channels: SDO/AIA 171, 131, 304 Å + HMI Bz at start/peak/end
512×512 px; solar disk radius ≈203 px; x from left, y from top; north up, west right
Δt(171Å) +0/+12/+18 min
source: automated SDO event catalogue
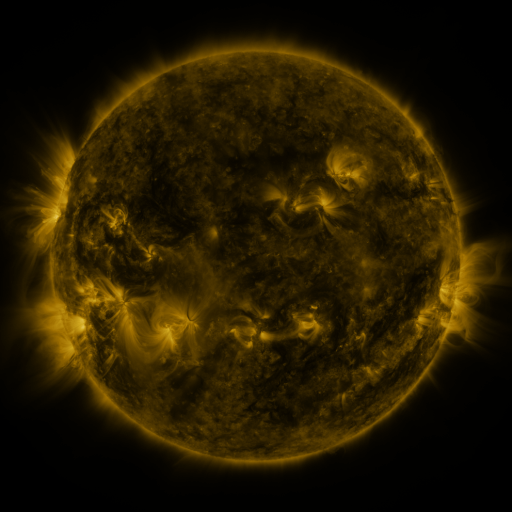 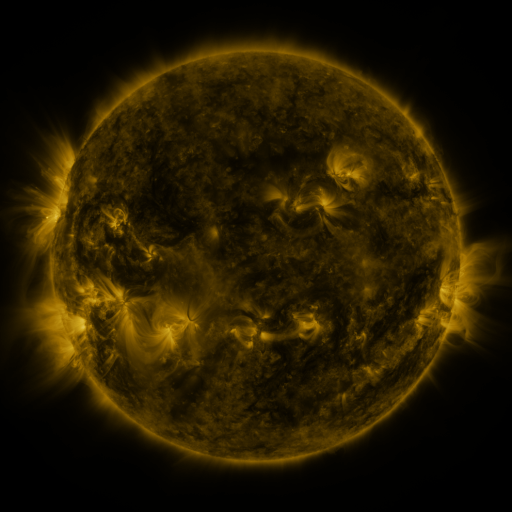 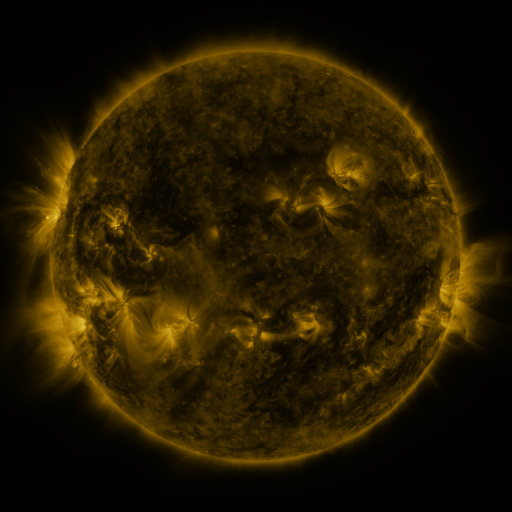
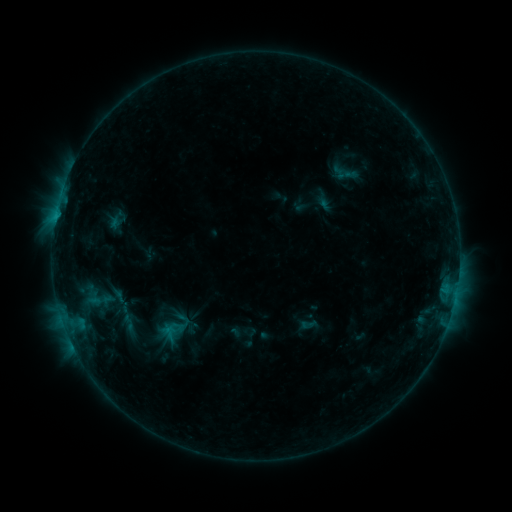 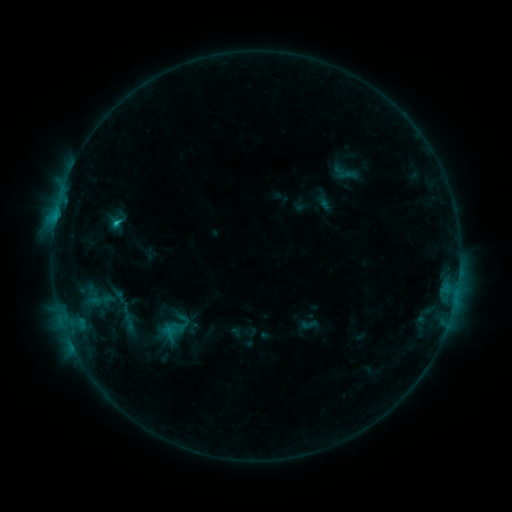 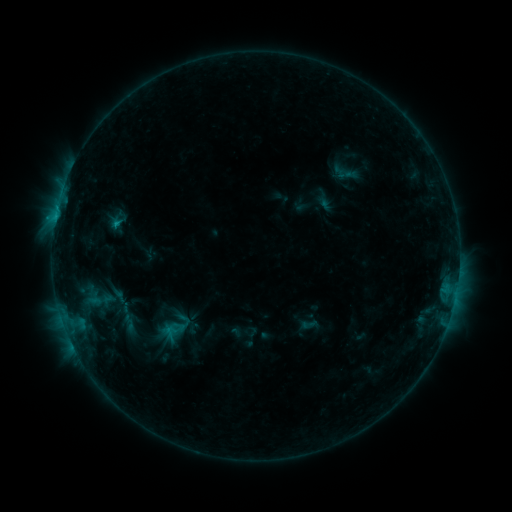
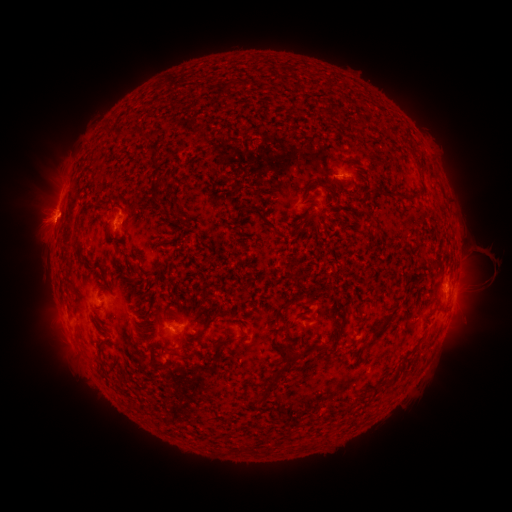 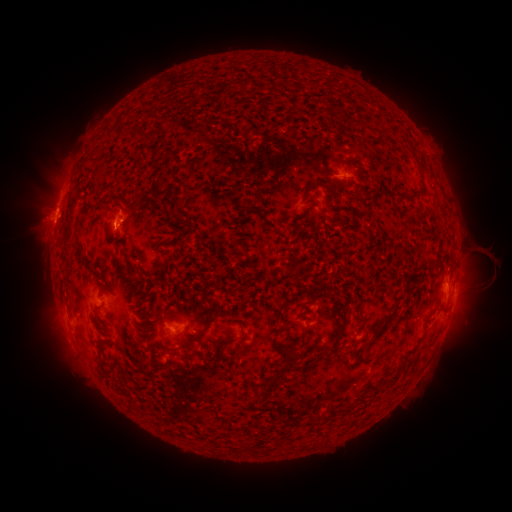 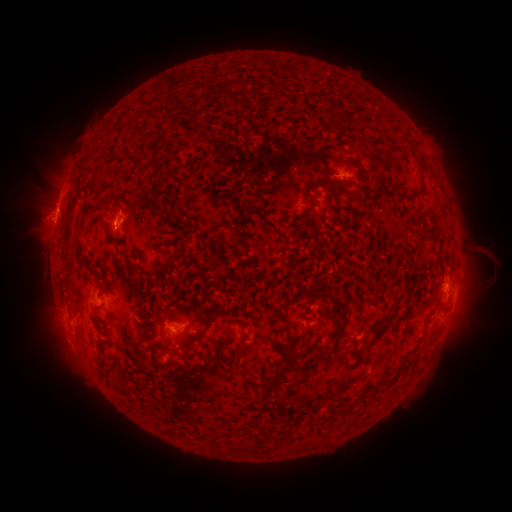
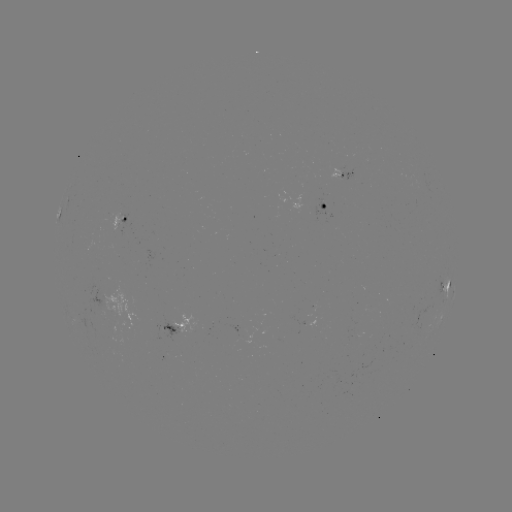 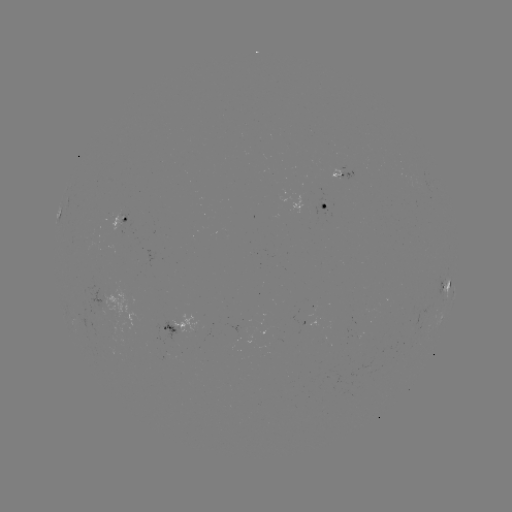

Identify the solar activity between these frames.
B8.7 flare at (118, 224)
